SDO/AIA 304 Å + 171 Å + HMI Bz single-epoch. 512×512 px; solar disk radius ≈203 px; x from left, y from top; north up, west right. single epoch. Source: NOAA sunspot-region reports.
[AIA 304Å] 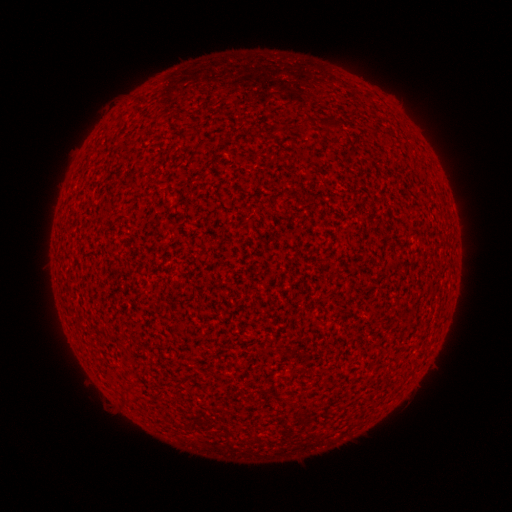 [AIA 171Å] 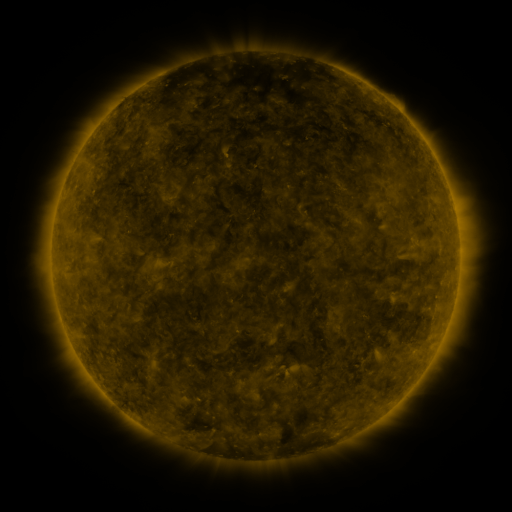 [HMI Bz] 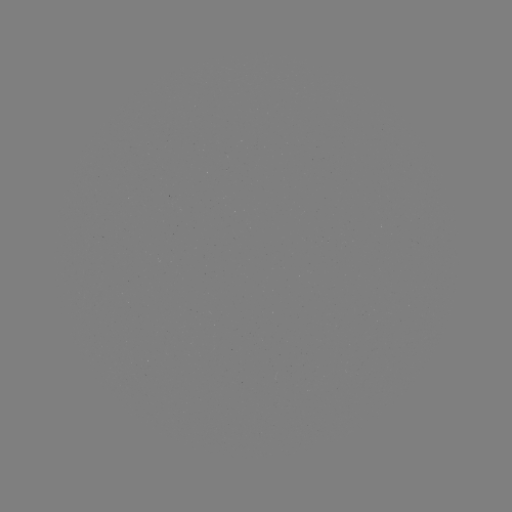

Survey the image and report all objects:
(none)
